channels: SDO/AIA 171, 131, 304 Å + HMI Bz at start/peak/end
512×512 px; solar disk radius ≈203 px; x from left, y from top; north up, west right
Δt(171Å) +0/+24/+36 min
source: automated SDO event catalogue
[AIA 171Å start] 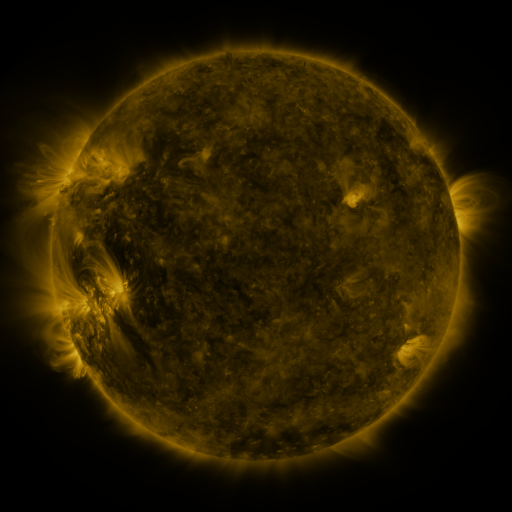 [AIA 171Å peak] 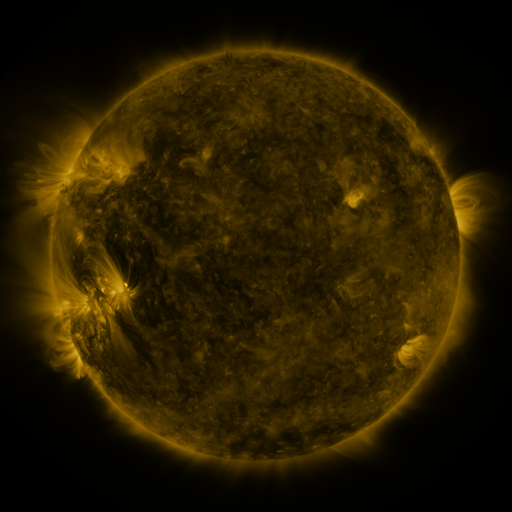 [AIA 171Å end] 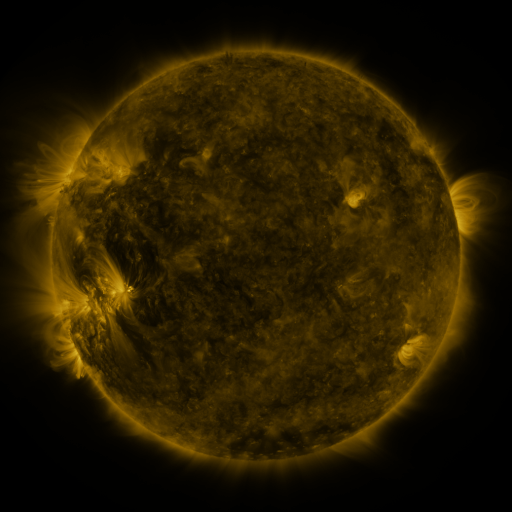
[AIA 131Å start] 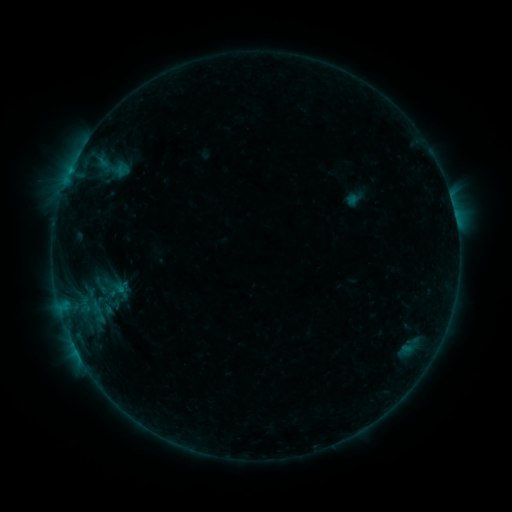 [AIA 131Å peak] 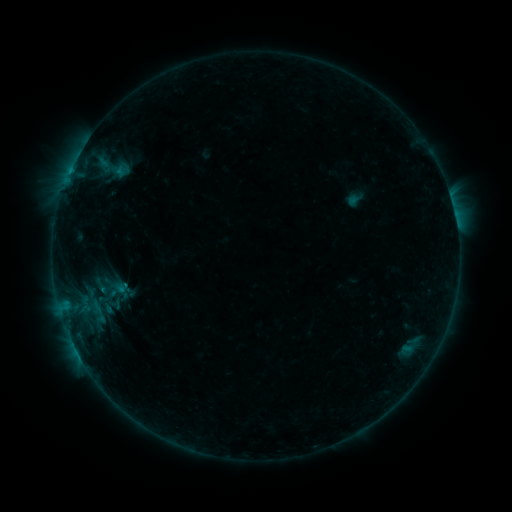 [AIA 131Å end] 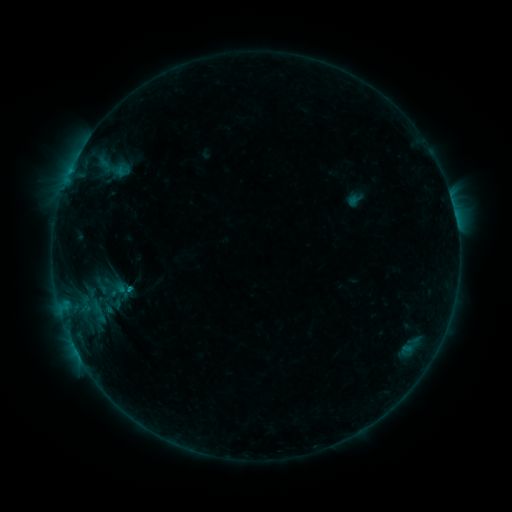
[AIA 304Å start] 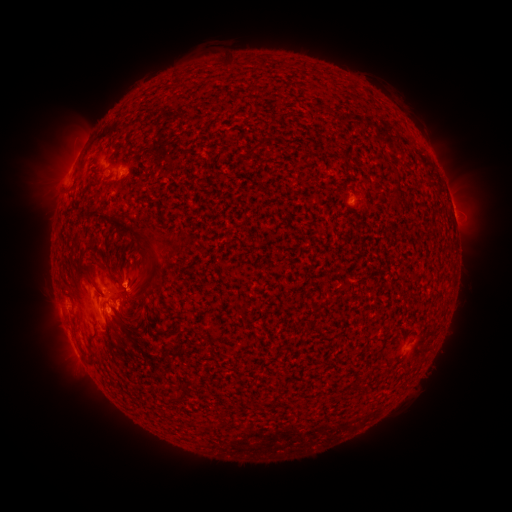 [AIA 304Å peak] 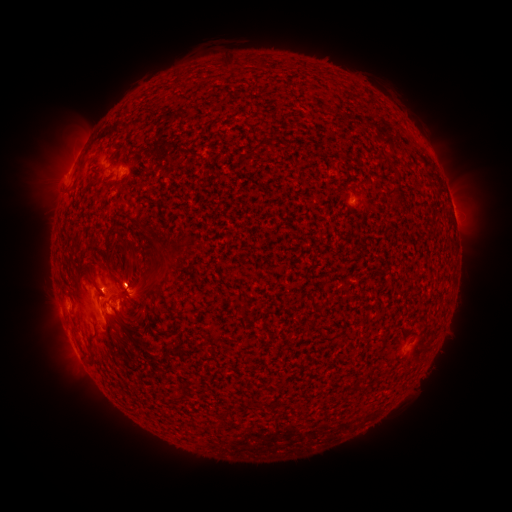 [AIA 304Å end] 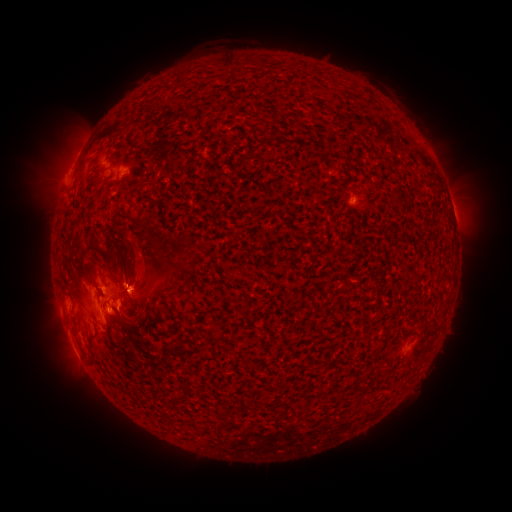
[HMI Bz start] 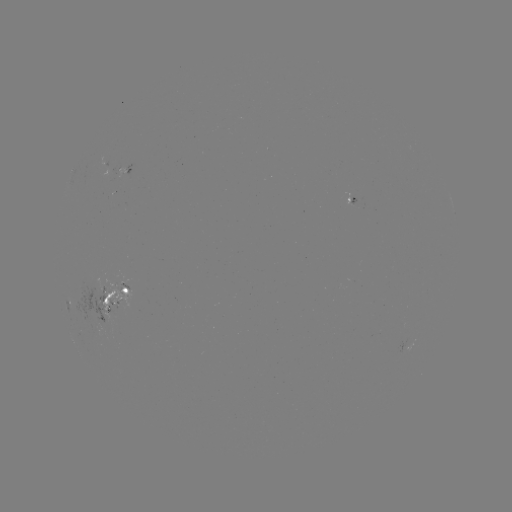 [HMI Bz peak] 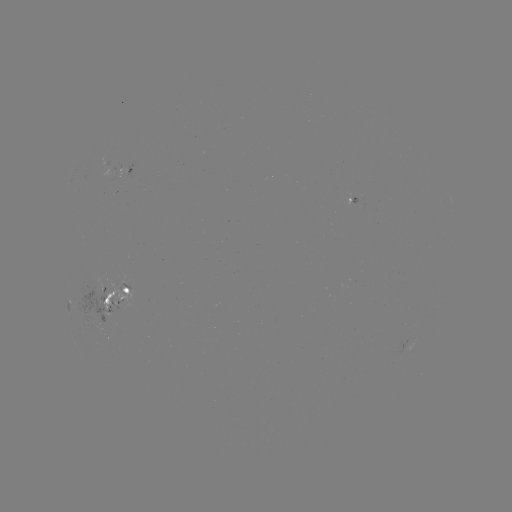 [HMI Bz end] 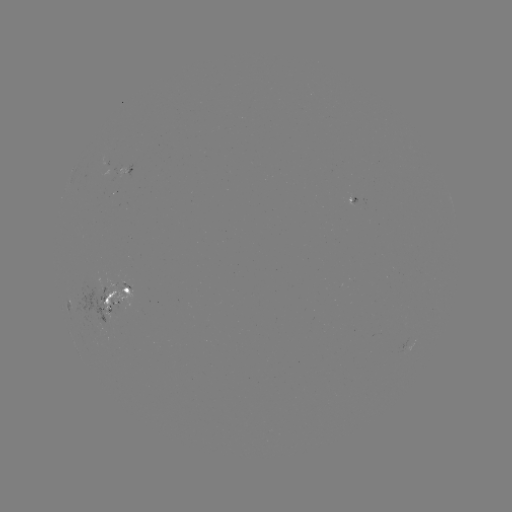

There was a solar emerging-flux region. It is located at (101, 286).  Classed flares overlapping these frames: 1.